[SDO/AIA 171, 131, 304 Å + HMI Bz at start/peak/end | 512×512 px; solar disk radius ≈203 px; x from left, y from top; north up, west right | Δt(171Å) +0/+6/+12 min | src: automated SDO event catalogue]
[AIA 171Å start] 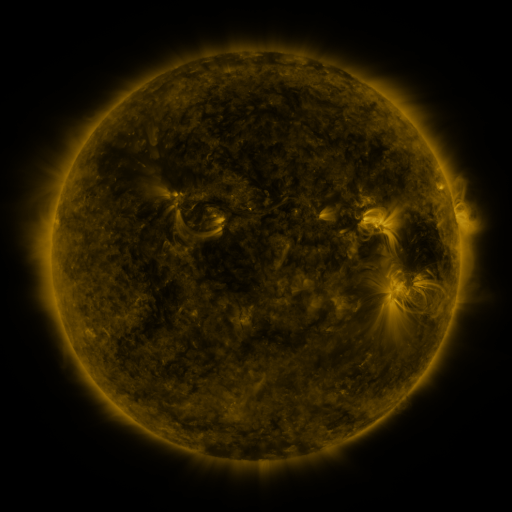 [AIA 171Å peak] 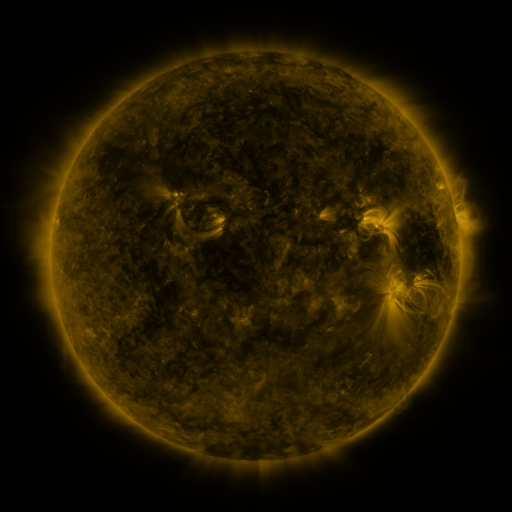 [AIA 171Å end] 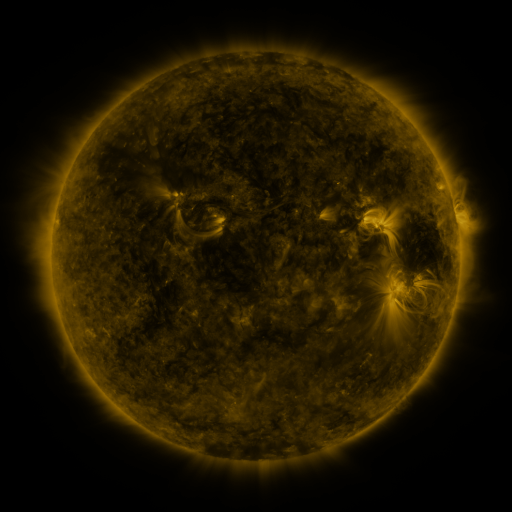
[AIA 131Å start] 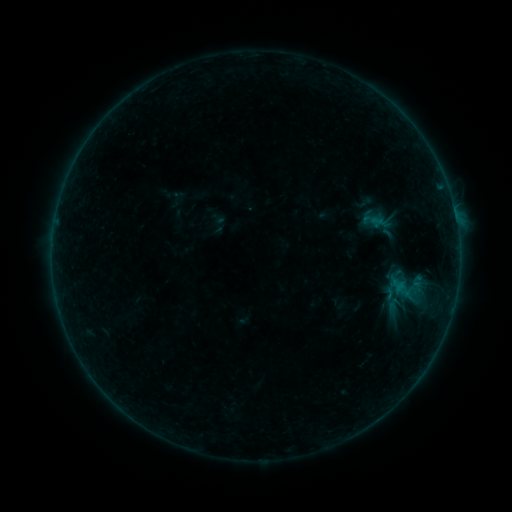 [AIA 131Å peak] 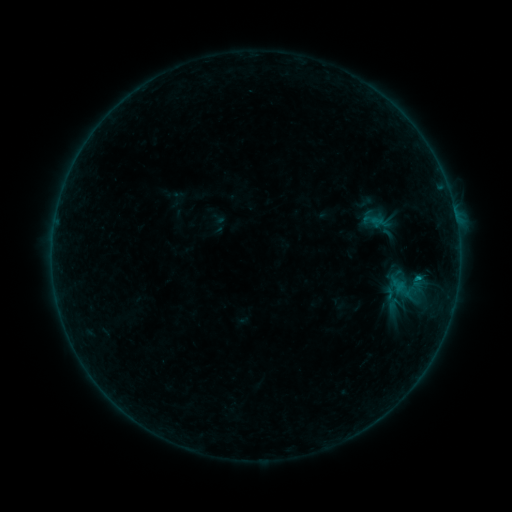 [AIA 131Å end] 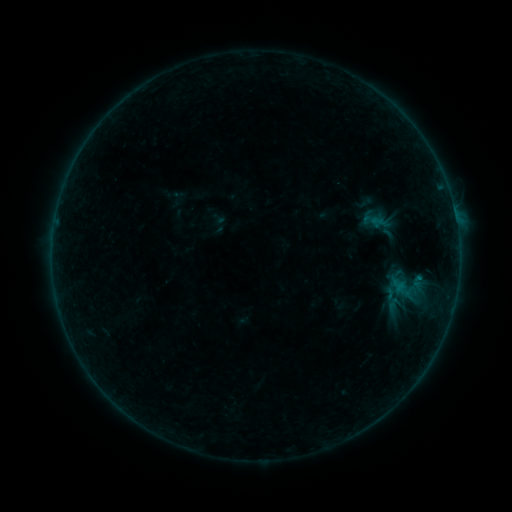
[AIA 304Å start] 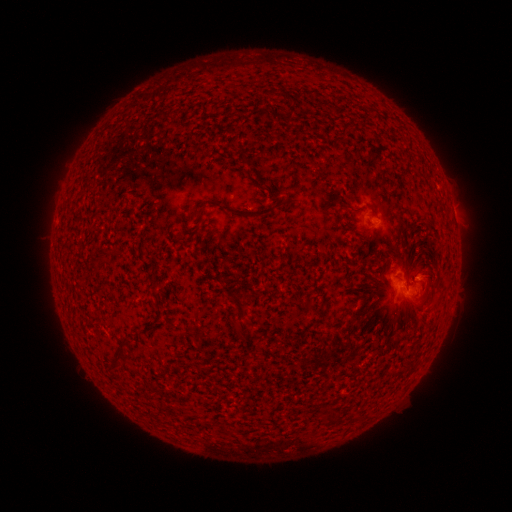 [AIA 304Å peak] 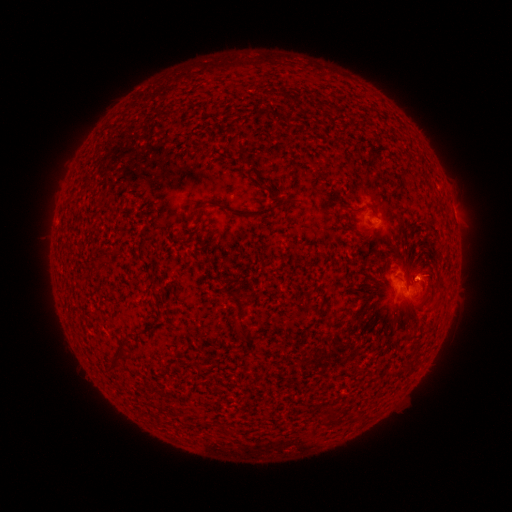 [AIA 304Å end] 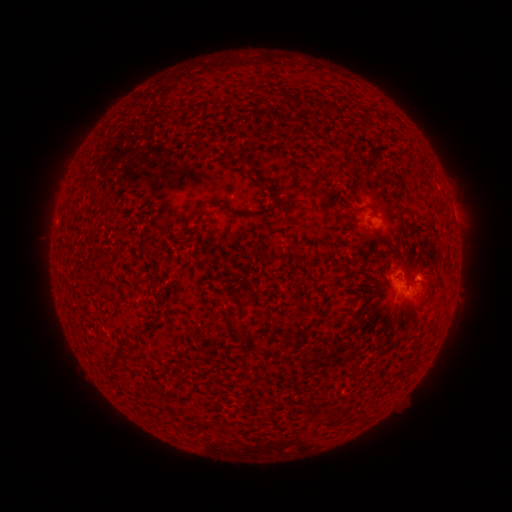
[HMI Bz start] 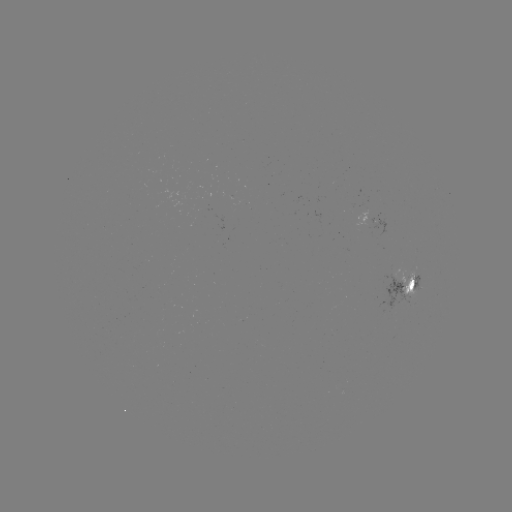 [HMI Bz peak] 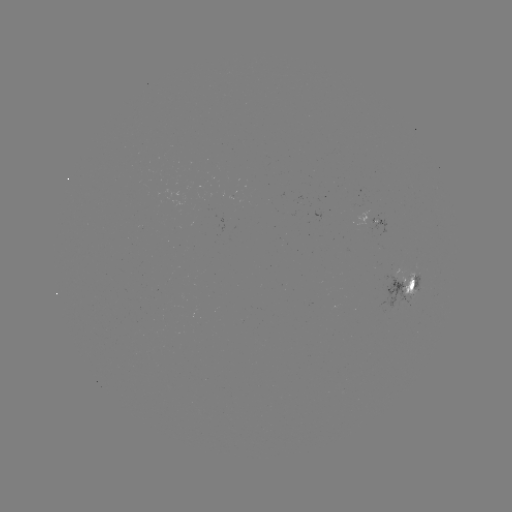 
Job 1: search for B3.4 flare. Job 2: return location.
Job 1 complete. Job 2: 418,275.